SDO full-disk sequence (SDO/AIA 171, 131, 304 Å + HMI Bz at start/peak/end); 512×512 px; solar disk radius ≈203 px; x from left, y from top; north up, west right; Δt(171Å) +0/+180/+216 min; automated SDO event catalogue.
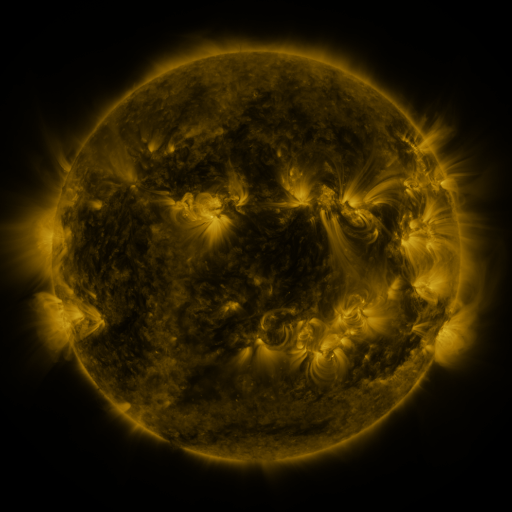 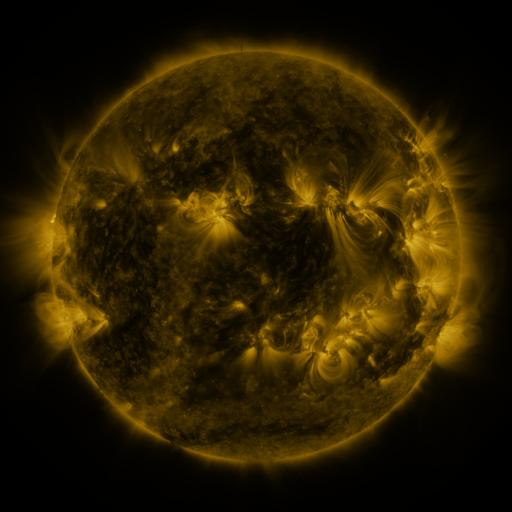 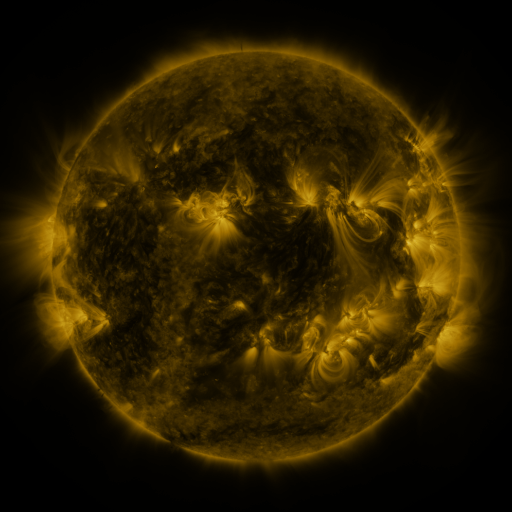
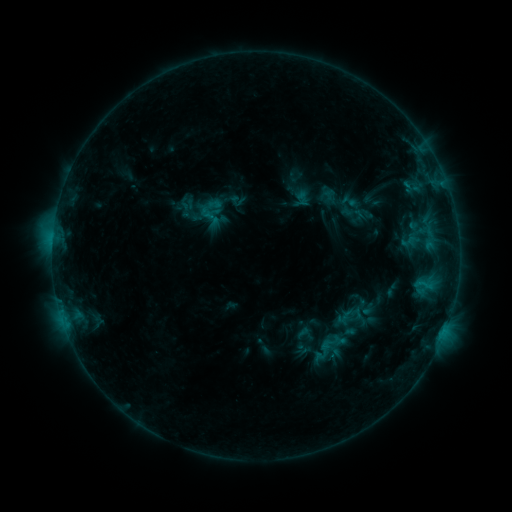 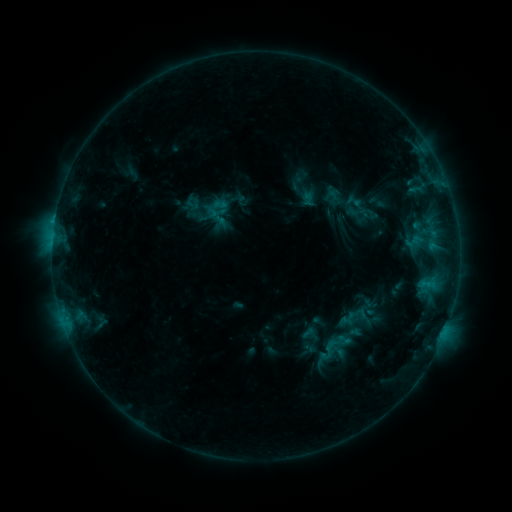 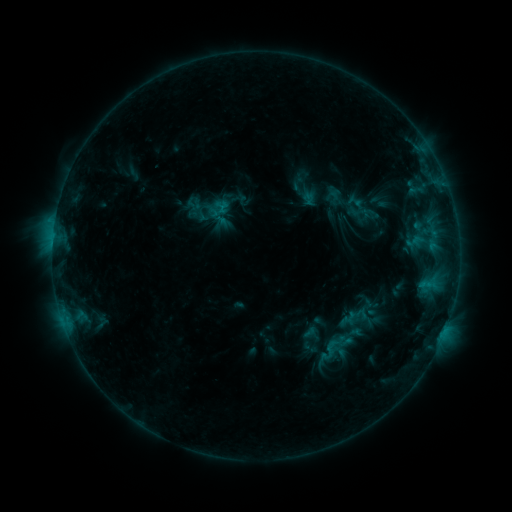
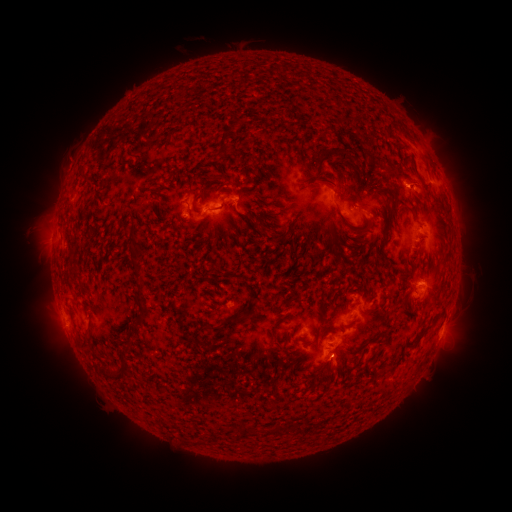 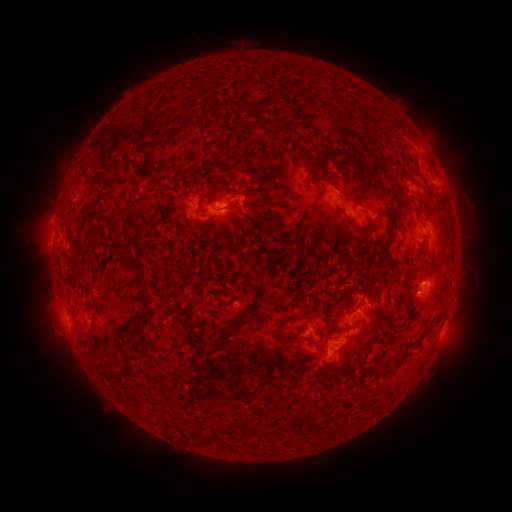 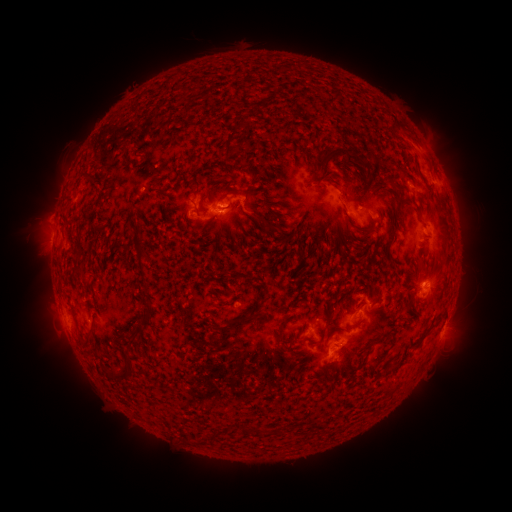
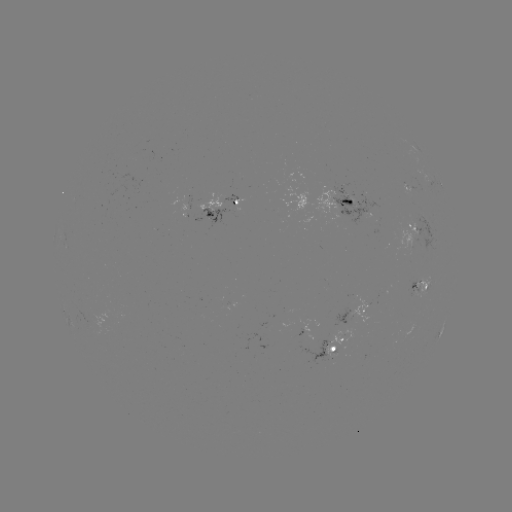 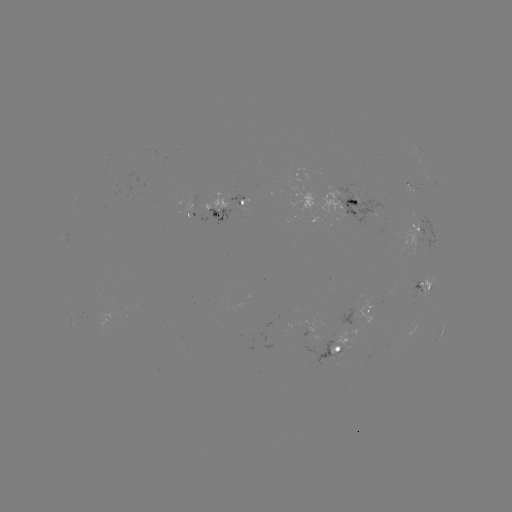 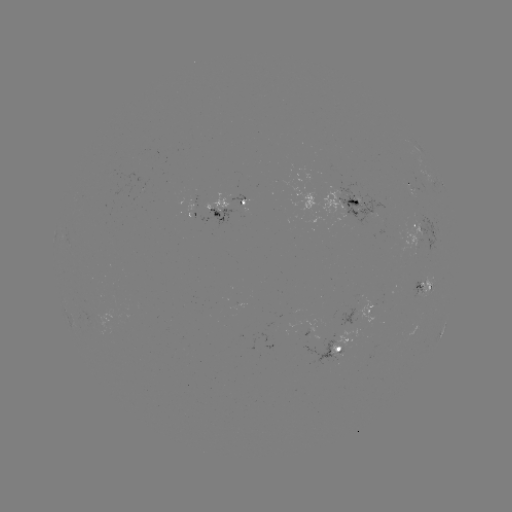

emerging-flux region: [331, 187, 389, 227]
